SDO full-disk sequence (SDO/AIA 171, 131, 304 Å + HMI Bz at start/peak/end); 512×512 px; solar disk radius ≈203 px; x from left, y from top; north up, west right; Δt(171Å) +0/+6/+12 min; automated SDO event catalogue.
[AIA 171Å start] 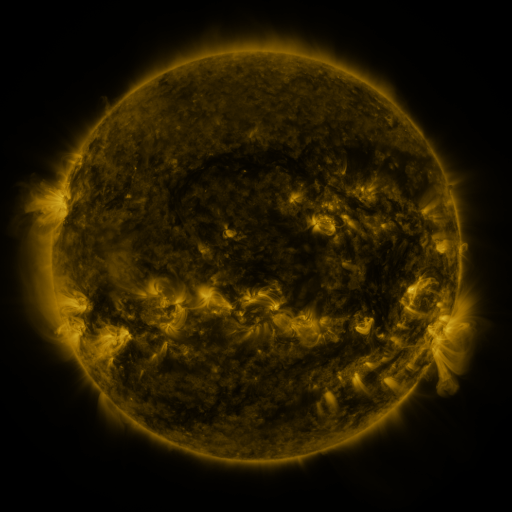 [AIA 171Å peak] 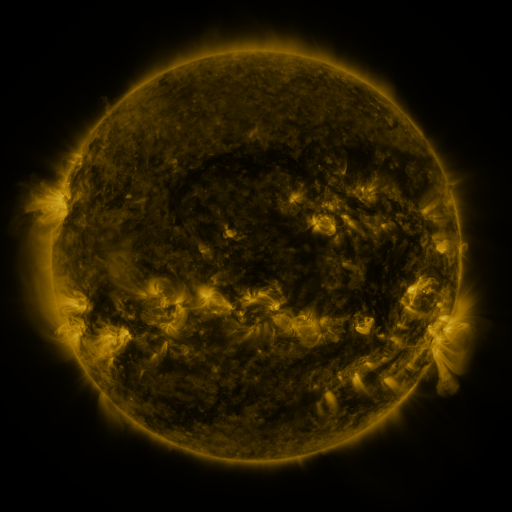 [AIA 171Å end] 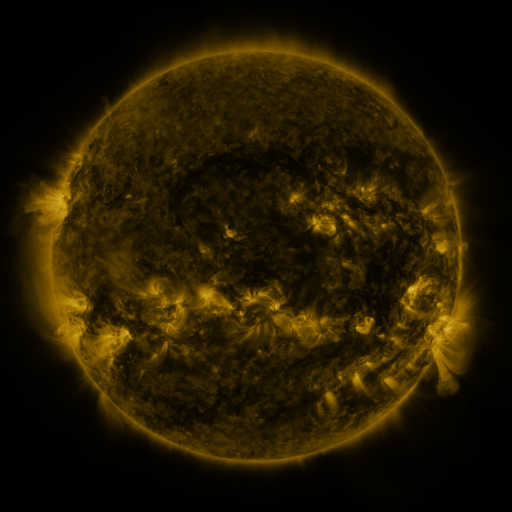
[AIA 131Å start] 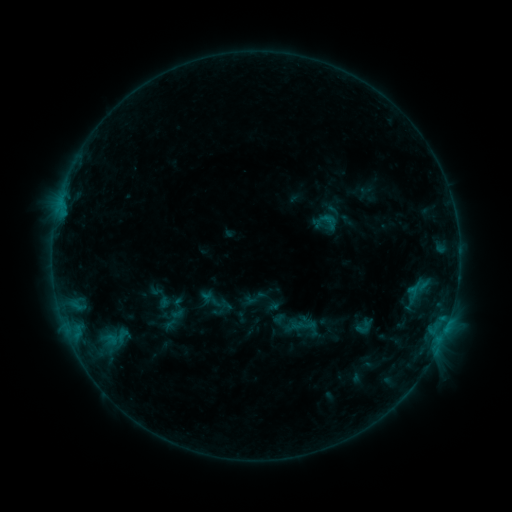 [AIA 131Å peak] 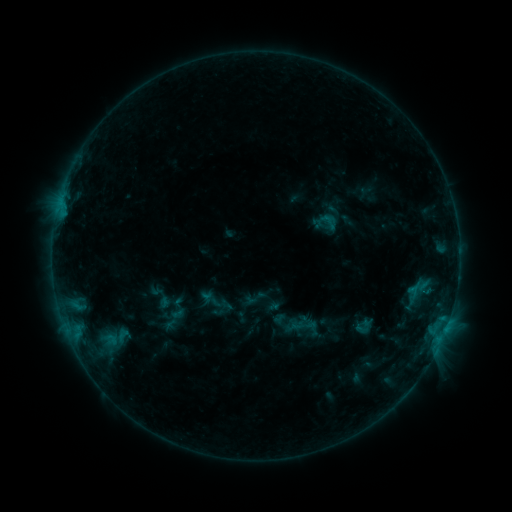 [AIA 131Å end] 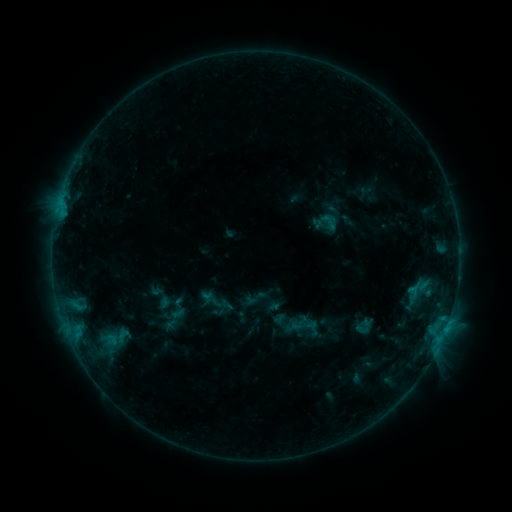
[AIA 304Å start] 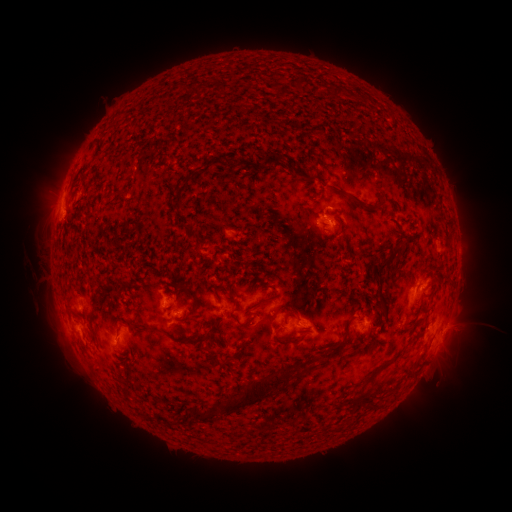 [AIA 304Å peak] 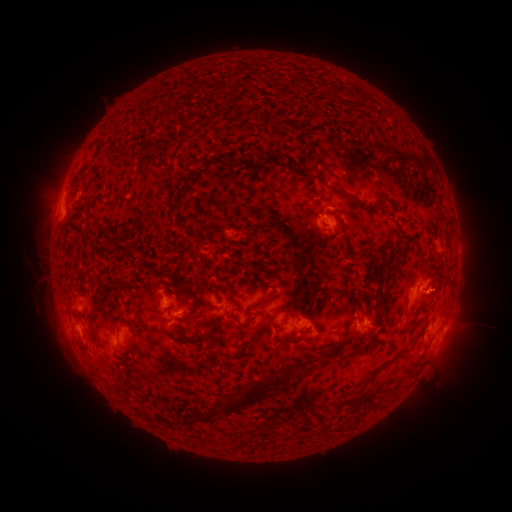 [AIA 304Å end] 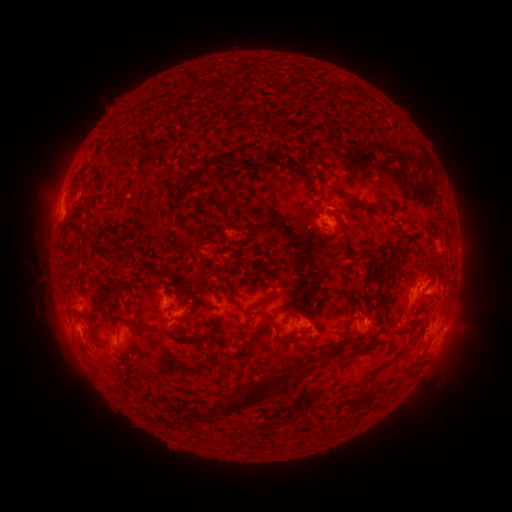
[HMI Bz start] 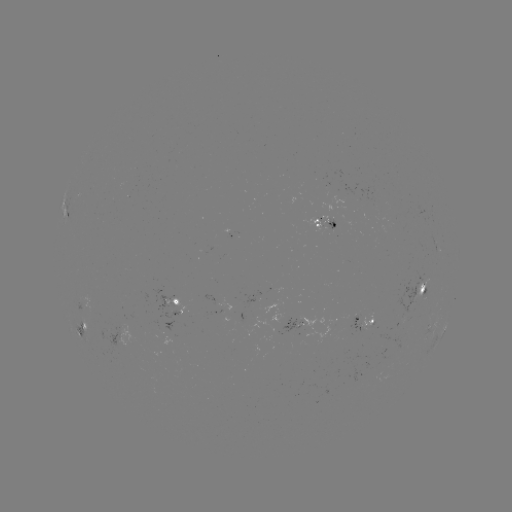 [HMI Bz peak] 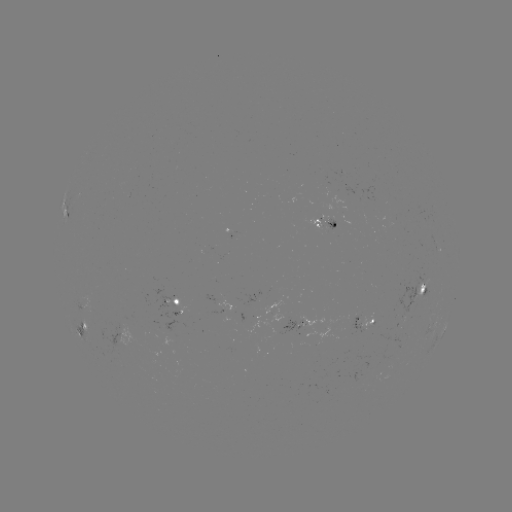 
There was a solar eruption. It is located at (447, 289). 